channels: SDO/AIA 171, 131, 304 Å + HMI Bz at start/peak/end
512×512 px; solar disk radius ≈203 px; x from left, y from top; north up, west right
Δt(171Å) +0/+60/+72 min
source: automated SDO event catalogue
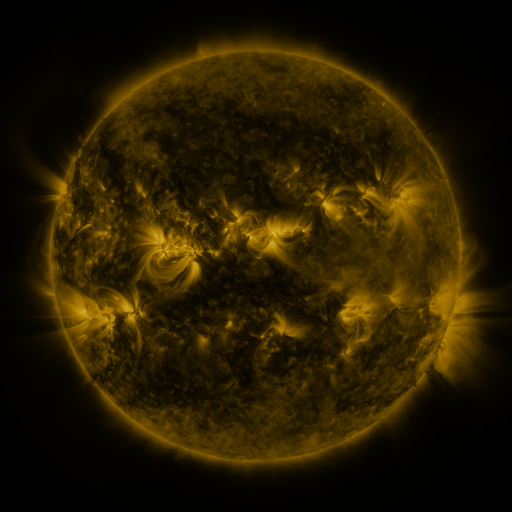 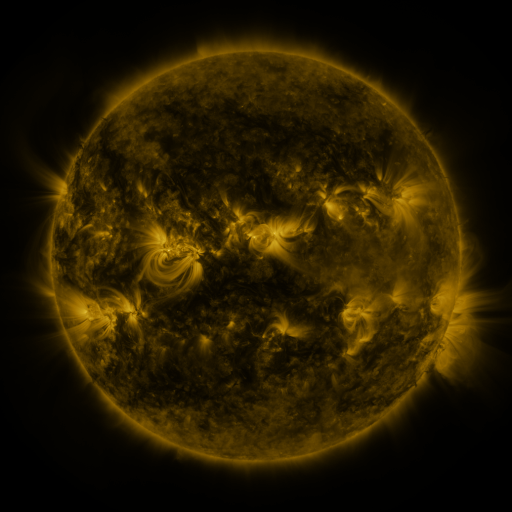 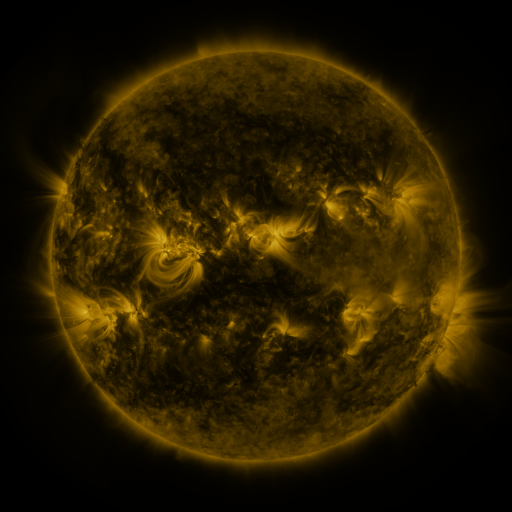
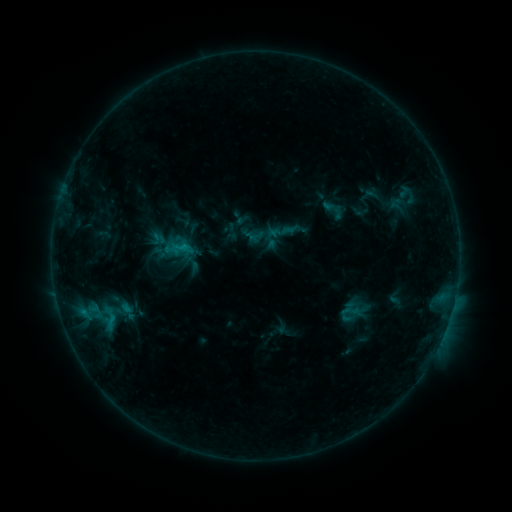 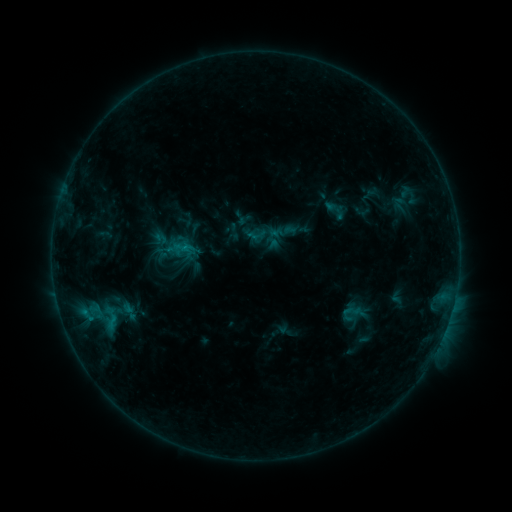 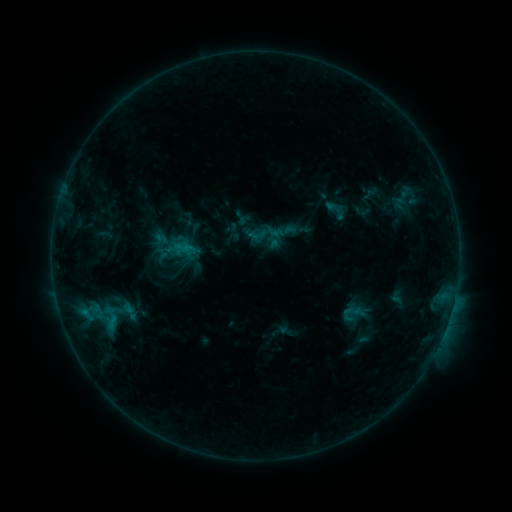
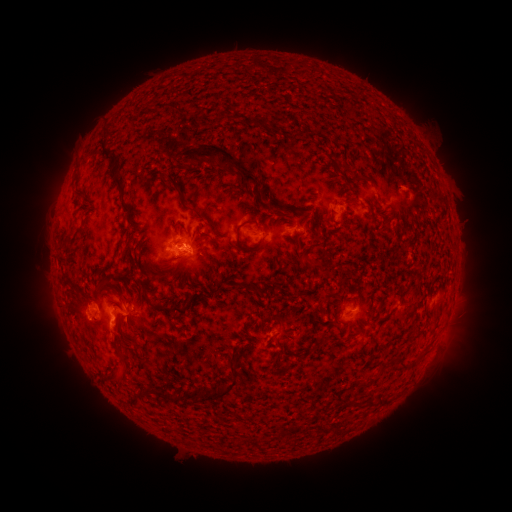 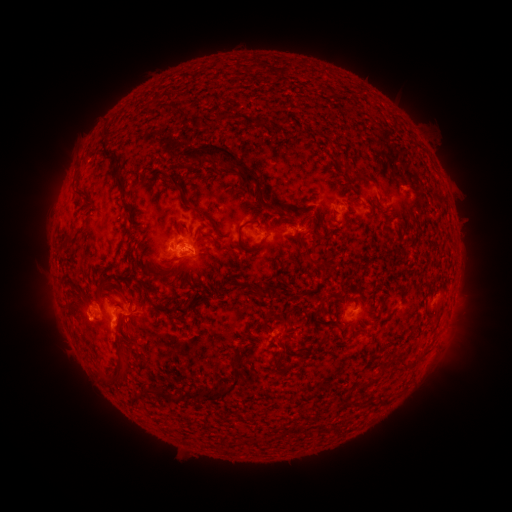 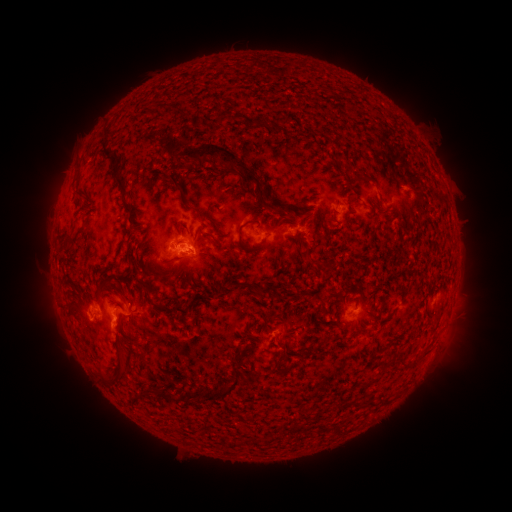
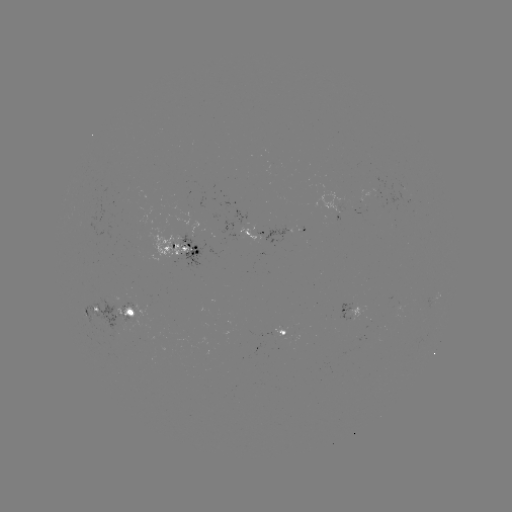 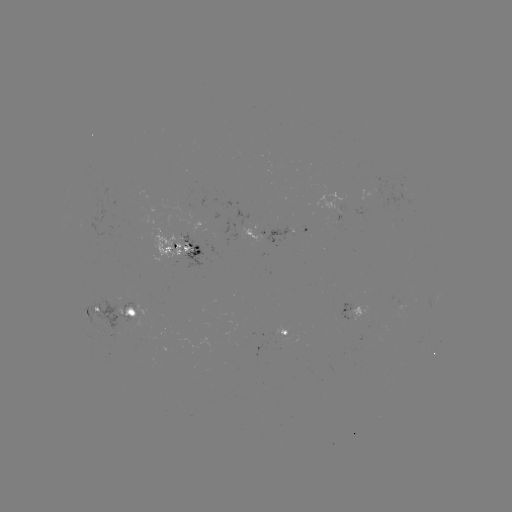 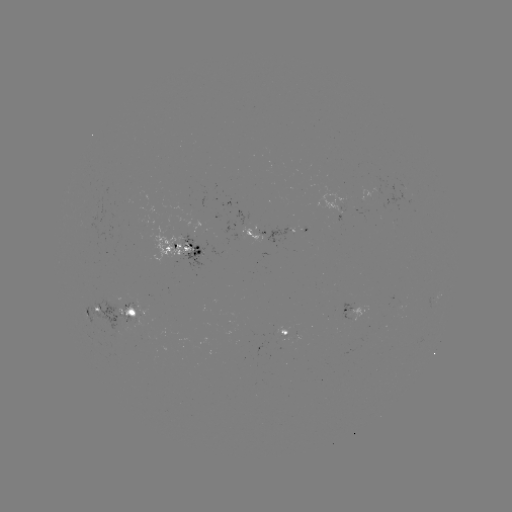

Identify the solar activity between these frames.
emerging-flux region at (282, 329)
